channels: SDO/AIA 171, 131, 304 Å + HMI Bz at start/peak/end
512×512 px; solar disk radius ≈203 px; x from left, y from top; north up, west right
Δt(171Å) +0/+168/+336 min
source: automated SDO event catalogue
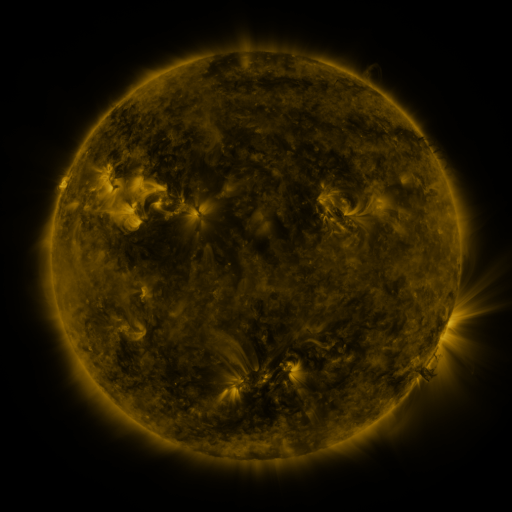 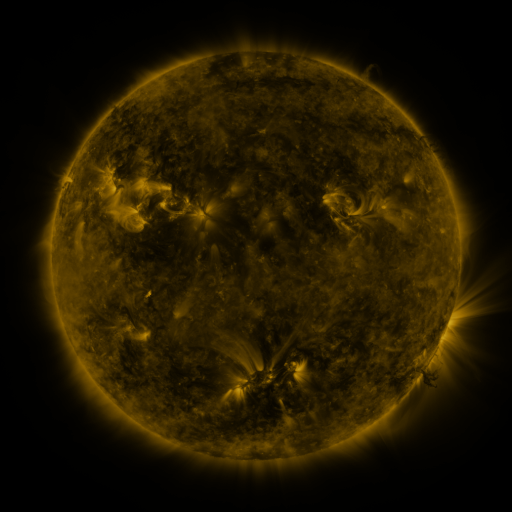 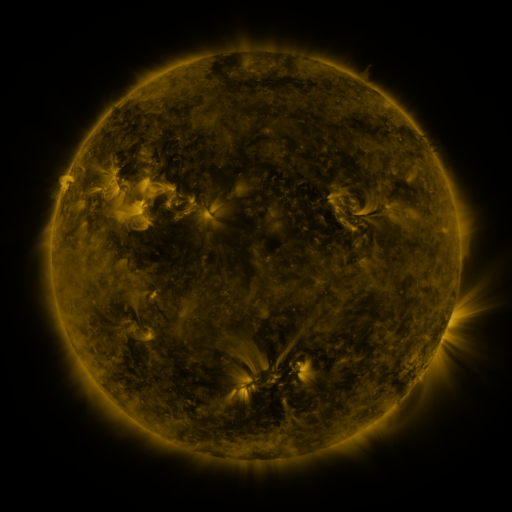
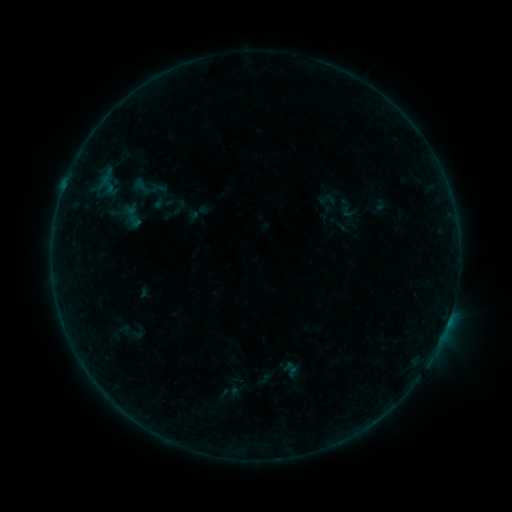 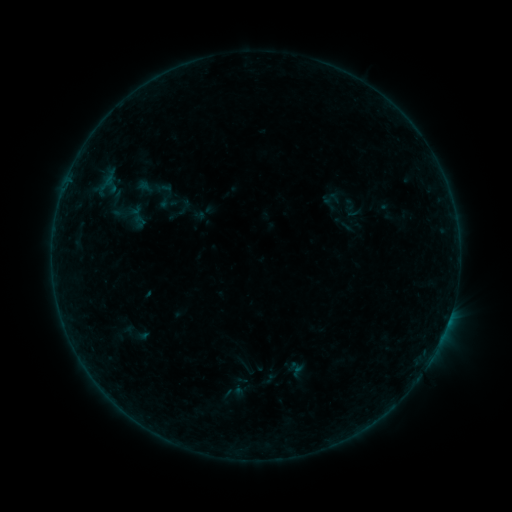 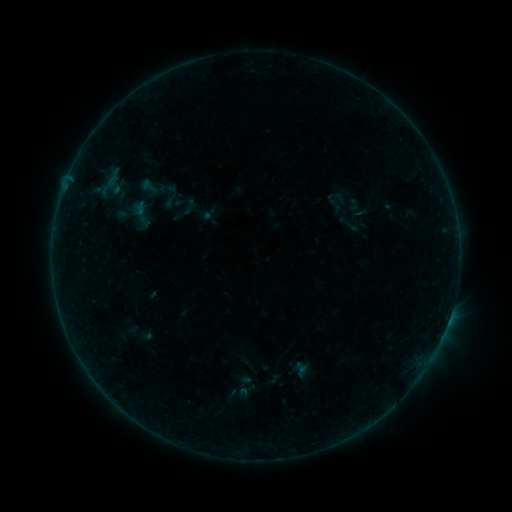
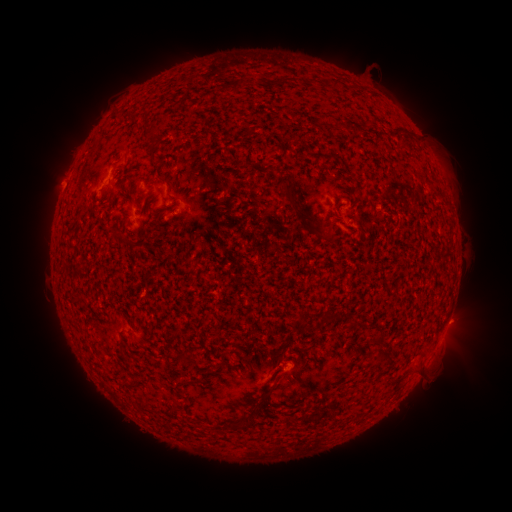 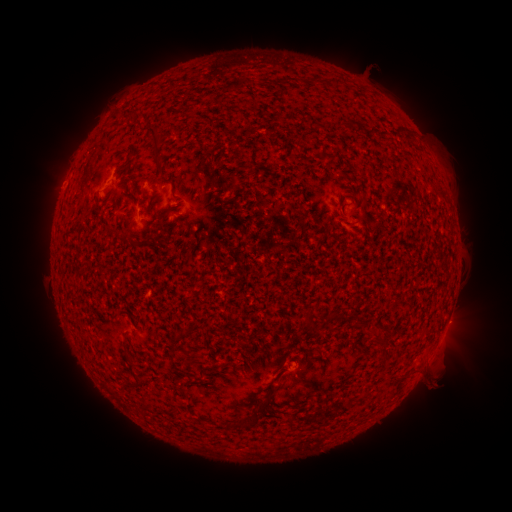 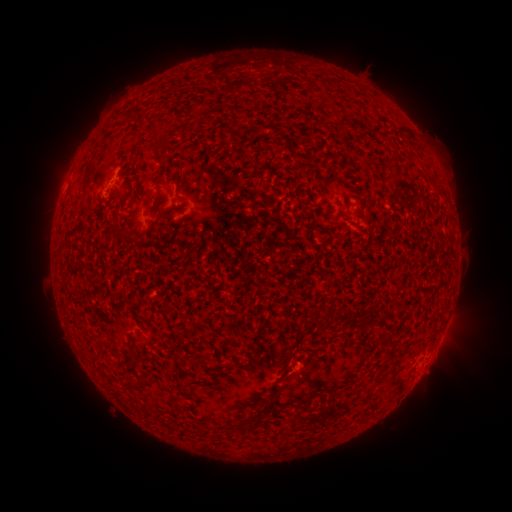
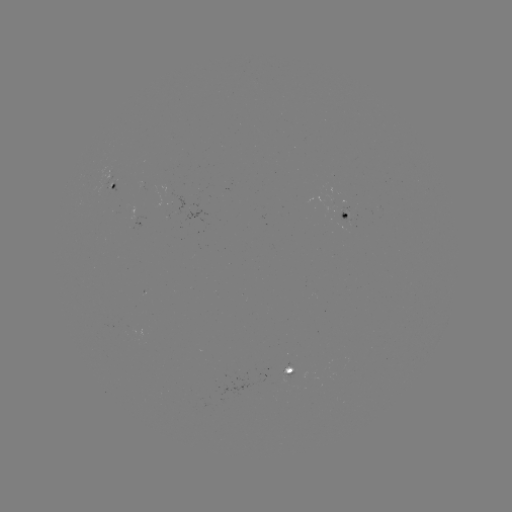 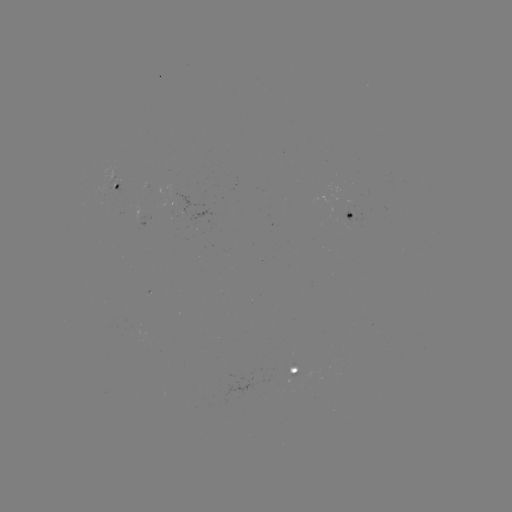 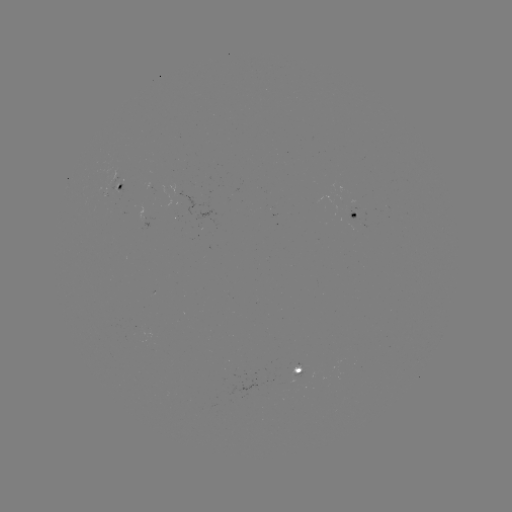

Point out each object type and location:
filament eruption: (244, 272)
